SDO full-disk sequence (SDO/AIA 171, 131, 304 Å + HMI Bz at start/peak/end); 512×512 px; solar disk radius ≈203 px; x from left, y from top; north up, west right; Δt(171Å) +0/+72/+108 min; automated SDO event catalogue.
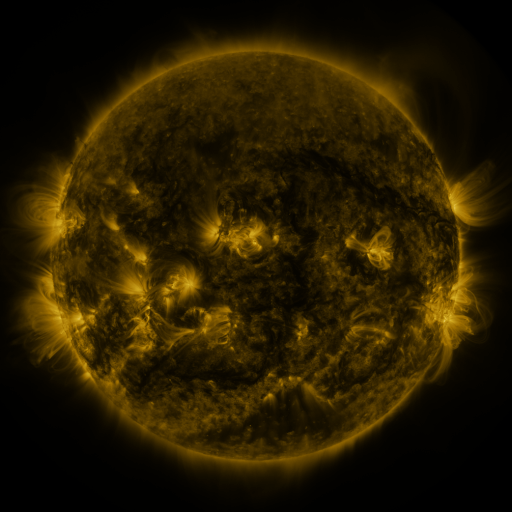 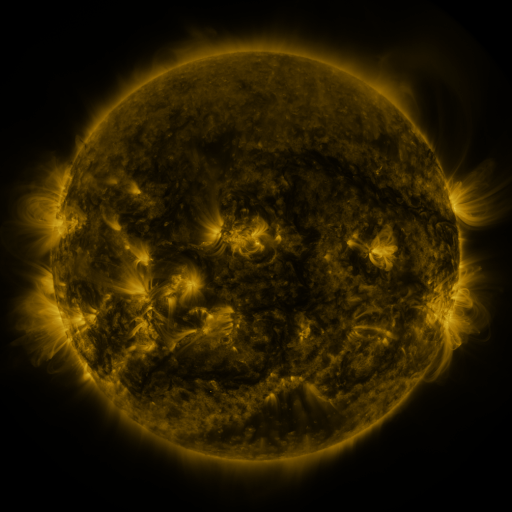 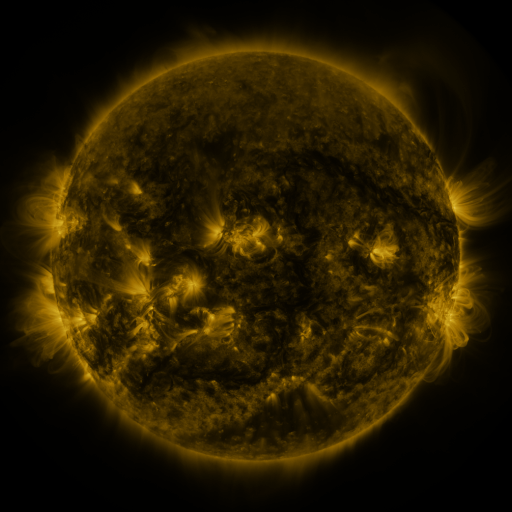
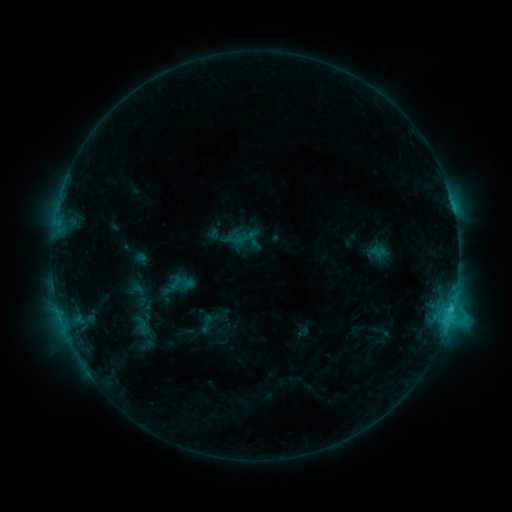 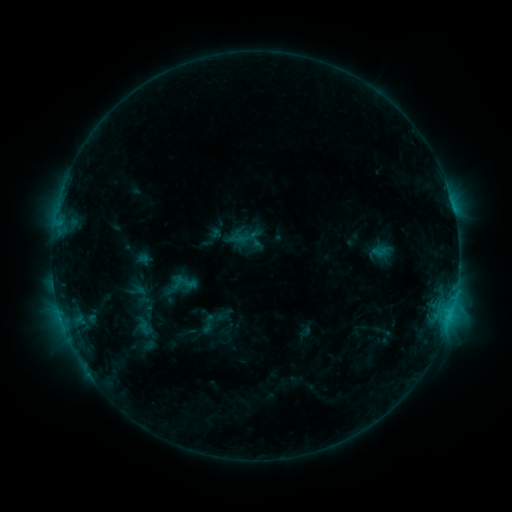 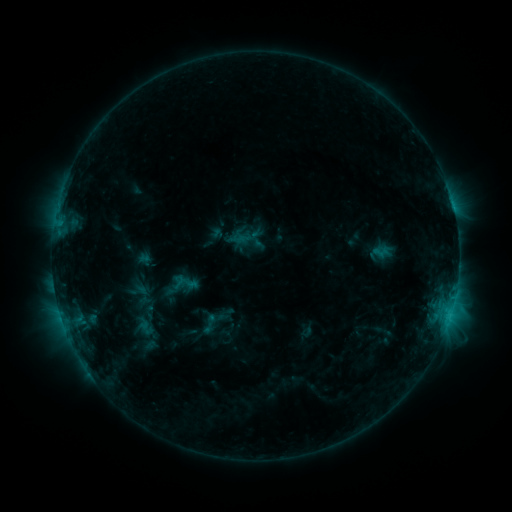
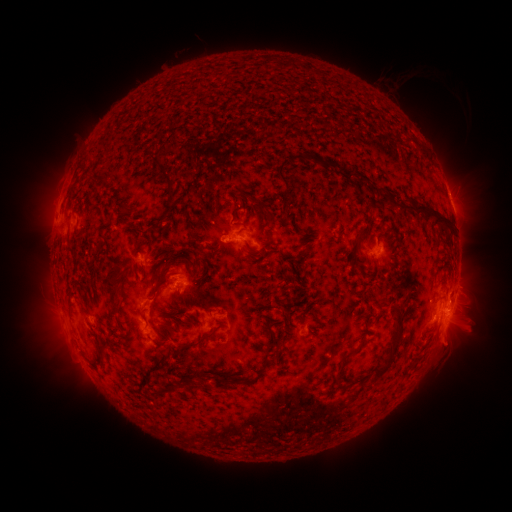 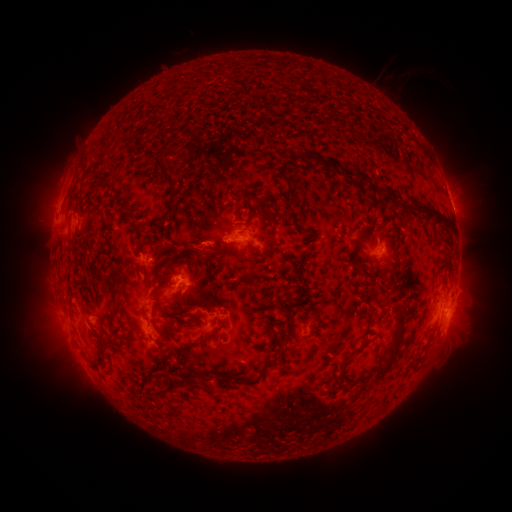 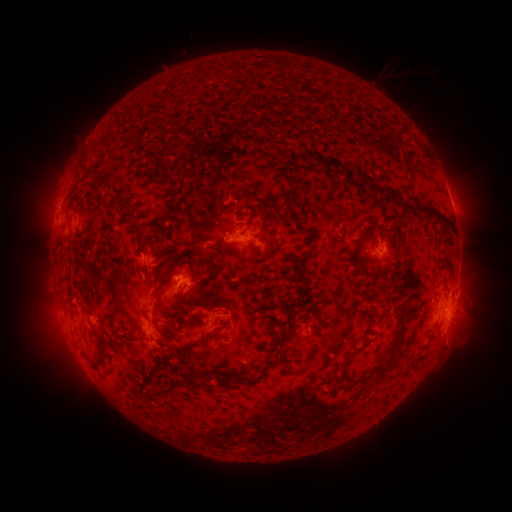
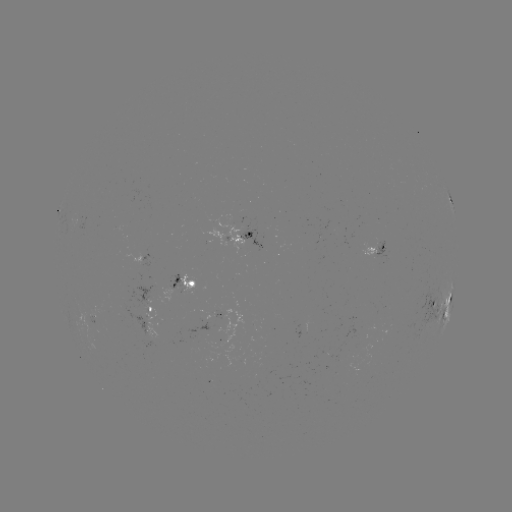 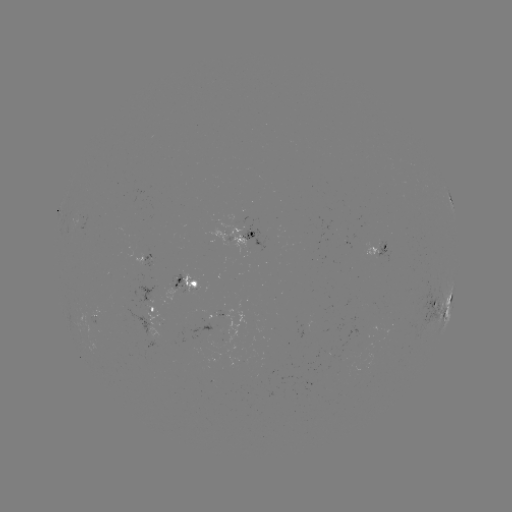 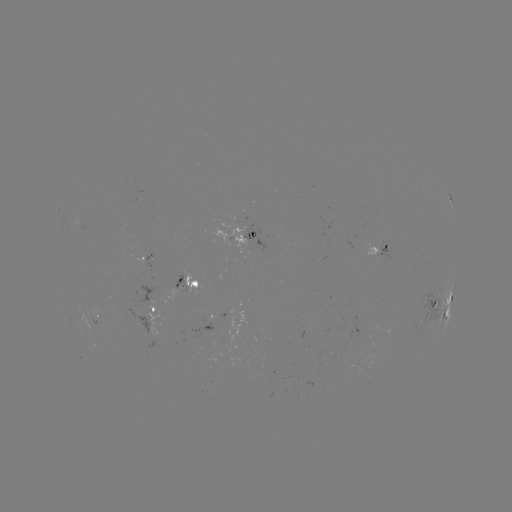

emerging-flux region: [171, 274, 186, 293]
